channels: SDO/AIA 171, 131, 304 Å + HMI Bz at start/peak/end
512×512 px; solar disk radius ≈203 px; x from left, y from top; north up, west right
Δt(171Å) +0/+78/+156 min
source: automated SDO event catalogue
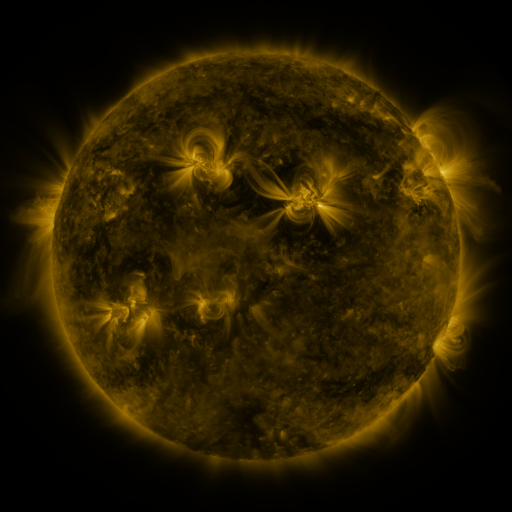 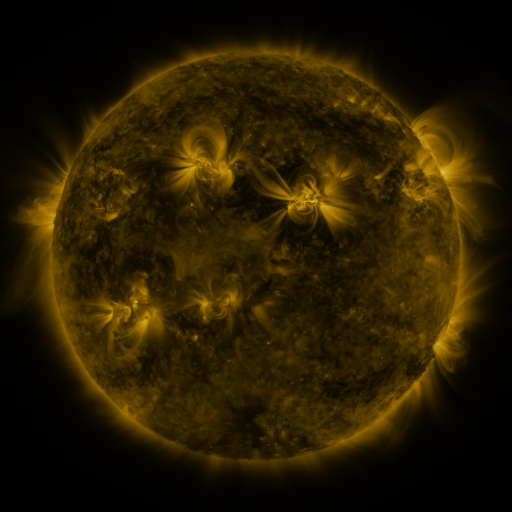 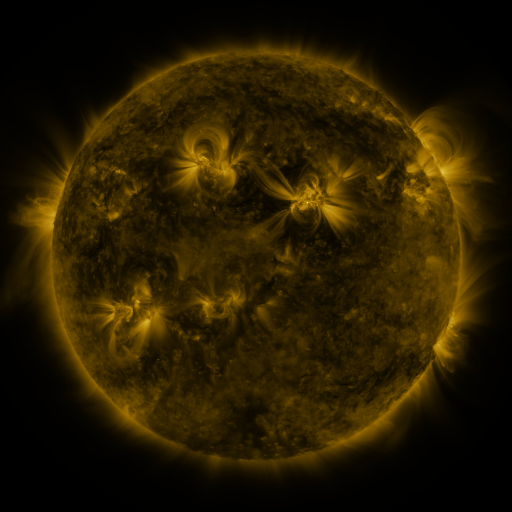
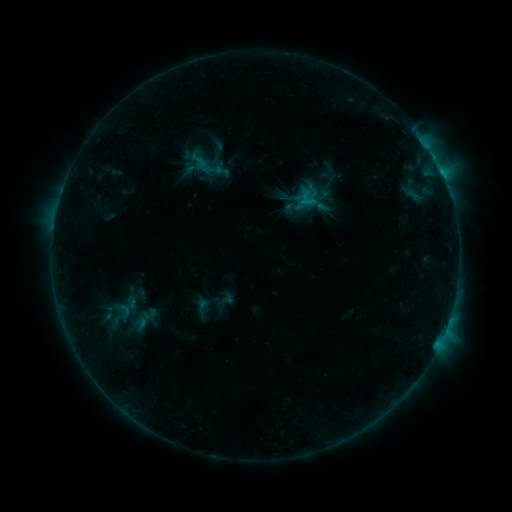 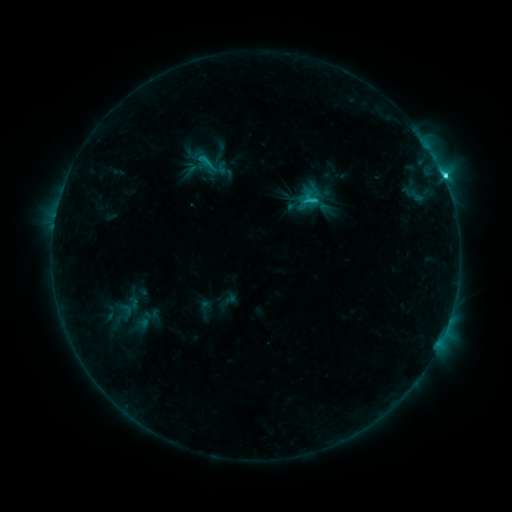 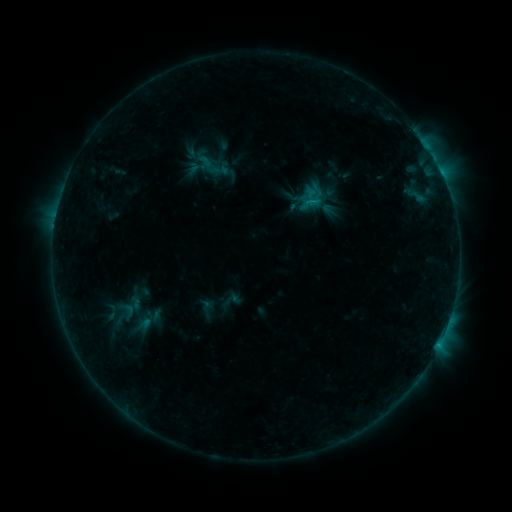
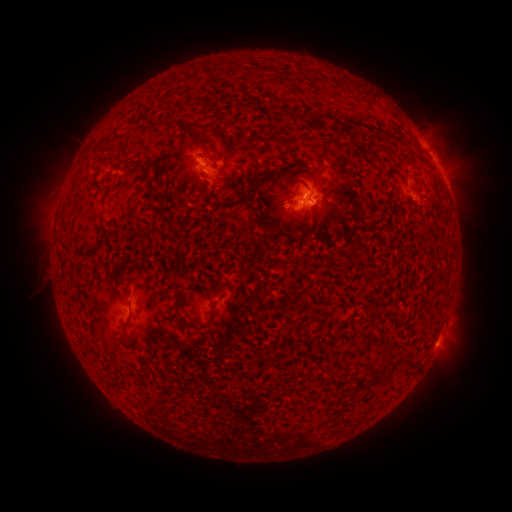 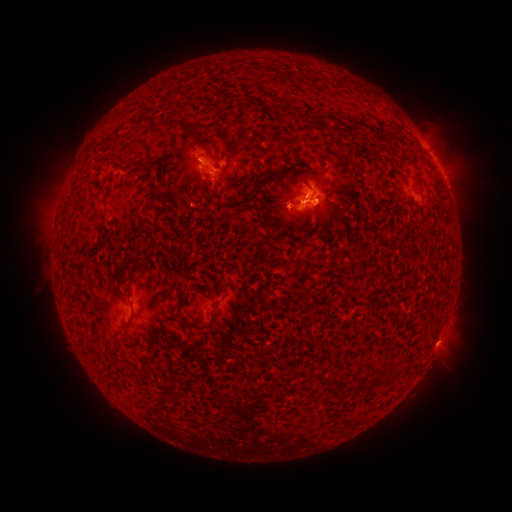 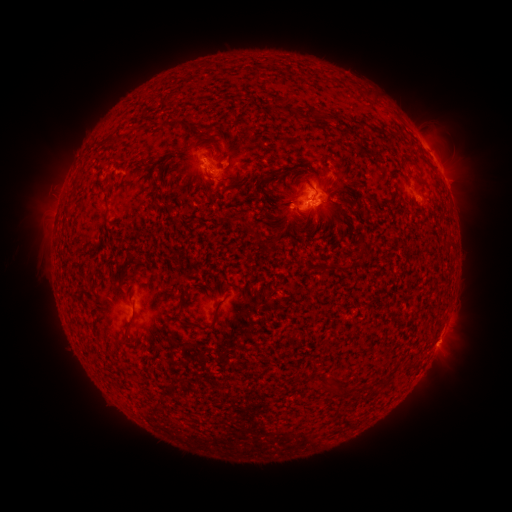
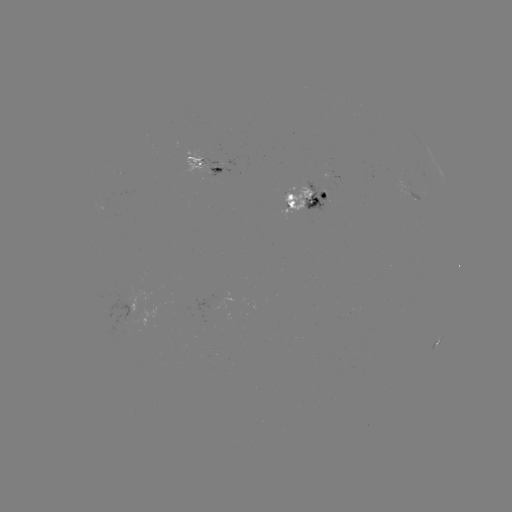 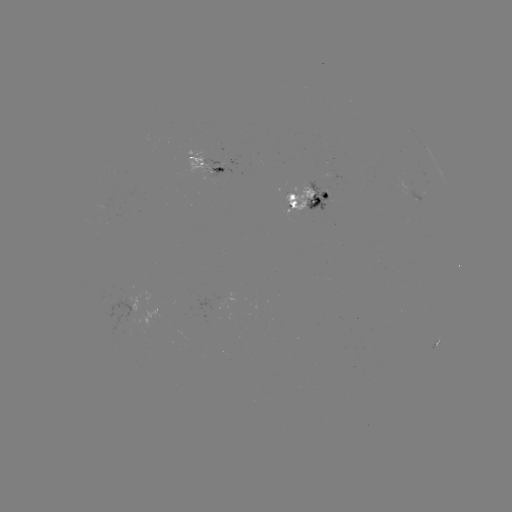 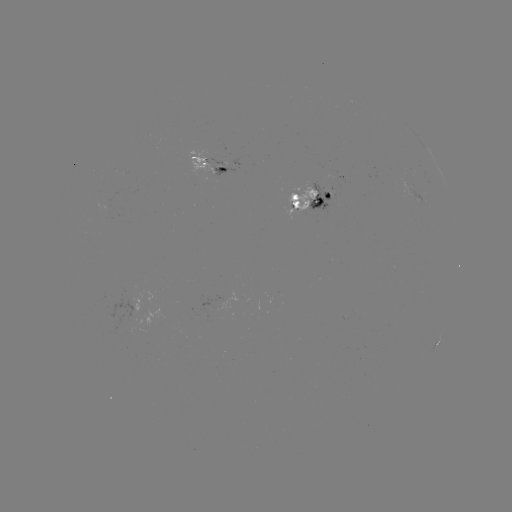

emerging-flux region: (210, 167, 225, 176)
